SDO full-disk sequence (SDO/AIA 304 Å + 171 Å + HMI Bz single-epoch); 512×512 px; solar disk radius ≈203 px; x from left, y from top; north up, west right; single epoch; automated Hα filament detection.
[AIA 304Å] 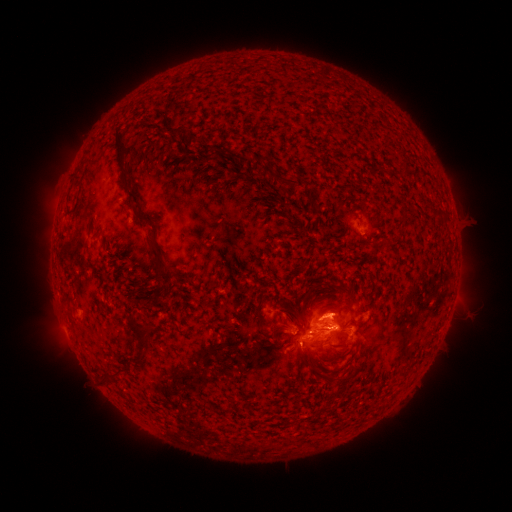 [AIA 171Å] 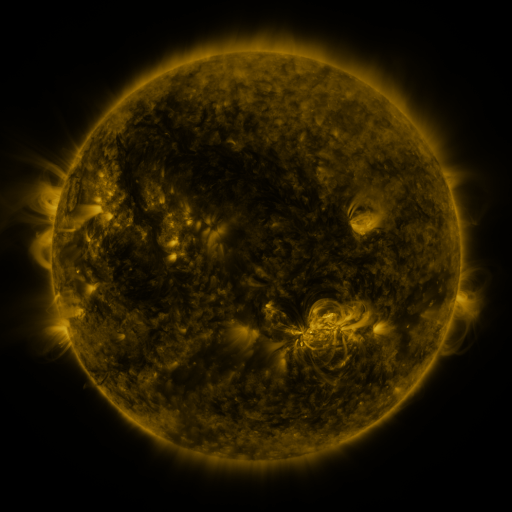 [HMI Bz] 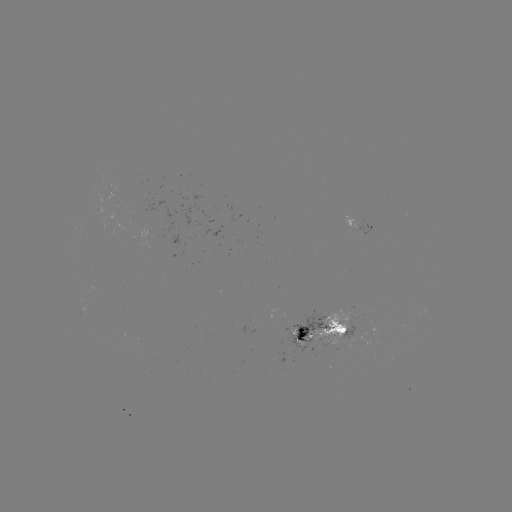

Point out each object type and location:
filament: (243, 157)
filament: (122, 164)
filament: (286, 181)
filament: (437, 214)
filament: (144, 220)
filament: (163, 266)
filament: (343, 290)
filament: (350, 309)
filament: (141, 332)
filament: (267, 336)
filament: (300, 336)
filament: (104, 376)
